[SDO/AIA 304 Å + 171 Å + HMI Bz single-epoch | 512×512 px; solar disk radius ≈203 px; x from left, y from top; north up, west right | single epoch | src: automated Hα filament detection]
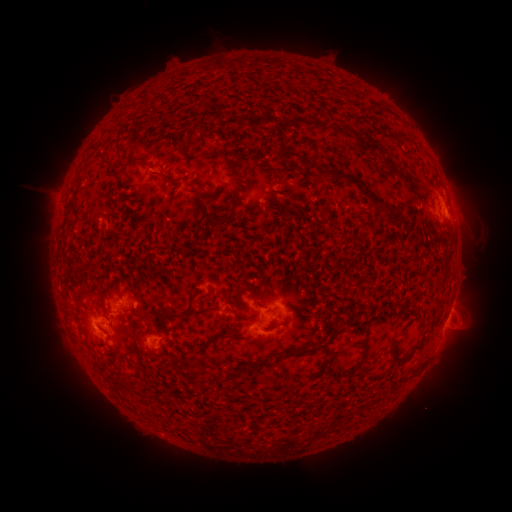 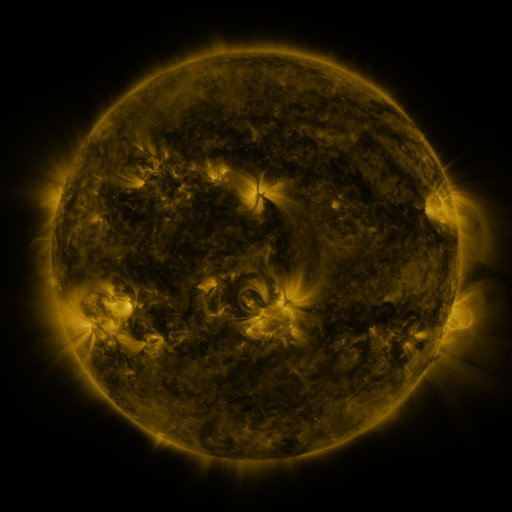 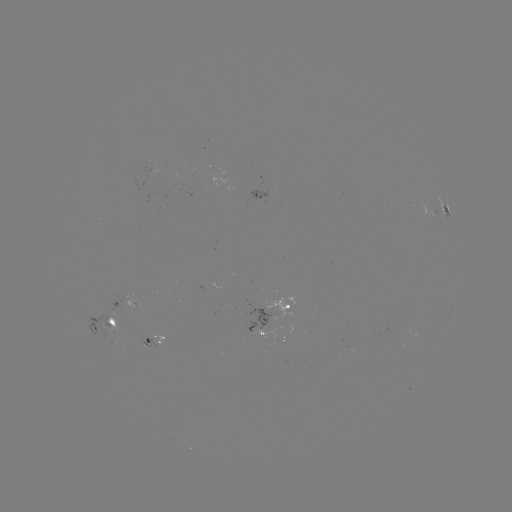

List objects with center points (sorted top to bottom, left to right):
filament: (297, 155)
filament: (161, 174)
filament: (346, 177)
filament: (377, 200)
filament: (229, 217)
filament: (174, 315)
filament: (210, 340)
filament: (396, 344)
filament: (292, 355)
